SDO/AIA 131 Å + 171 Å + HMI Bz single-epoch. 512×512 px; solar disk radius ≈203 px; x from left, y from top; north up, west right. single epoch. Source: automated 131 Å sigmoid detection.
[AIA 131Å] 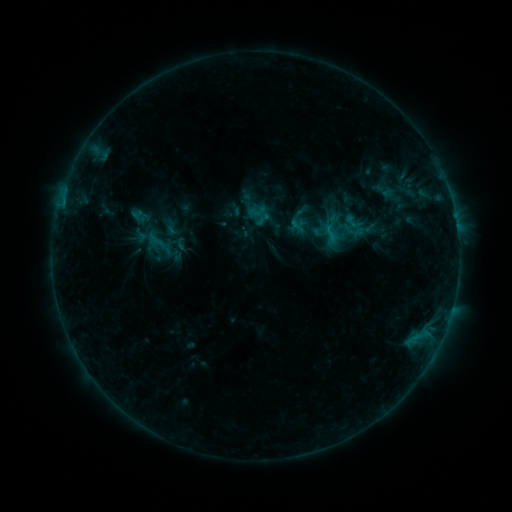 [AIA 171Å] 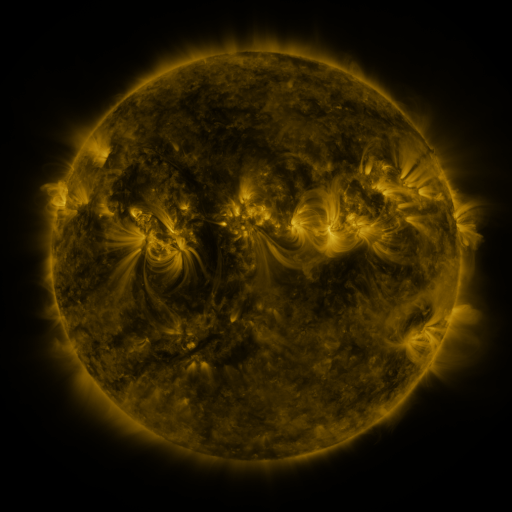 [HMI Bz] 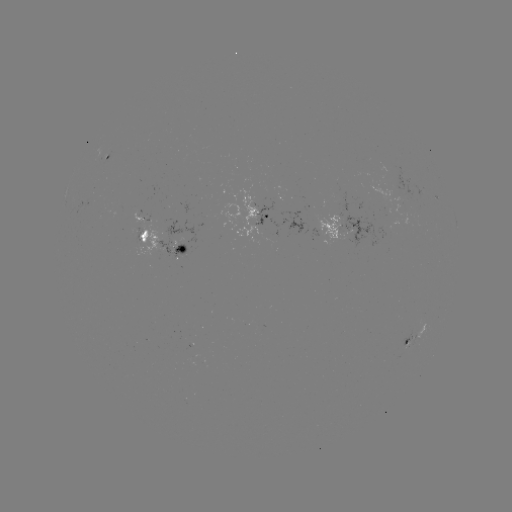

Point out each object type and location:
sigmoid: [369, 180, 400, 202]
